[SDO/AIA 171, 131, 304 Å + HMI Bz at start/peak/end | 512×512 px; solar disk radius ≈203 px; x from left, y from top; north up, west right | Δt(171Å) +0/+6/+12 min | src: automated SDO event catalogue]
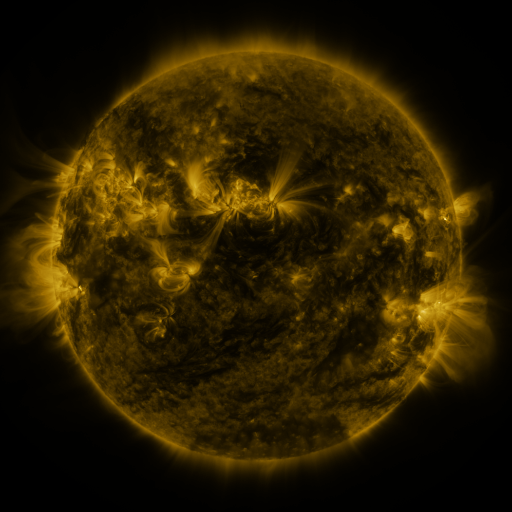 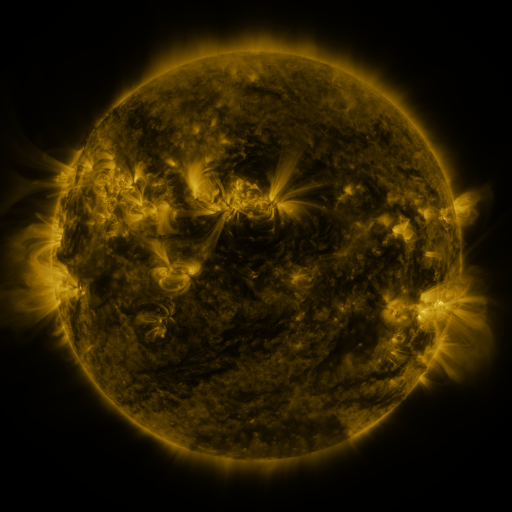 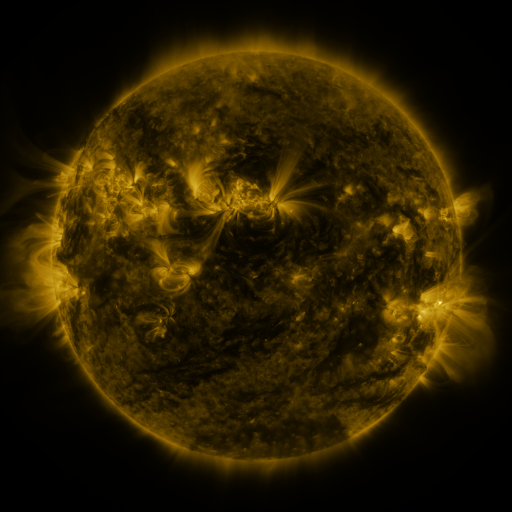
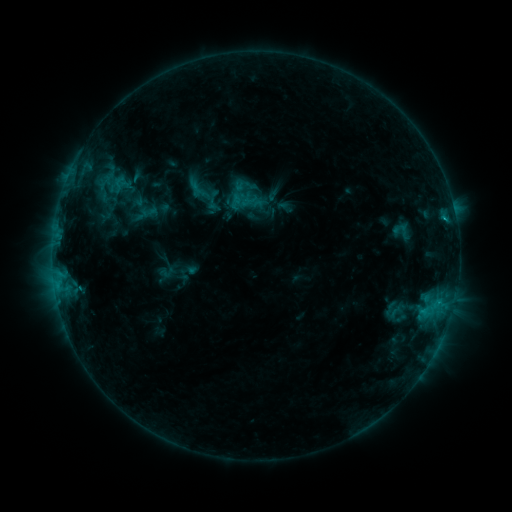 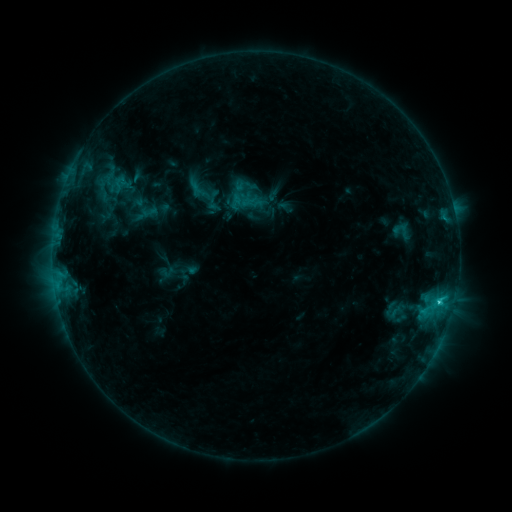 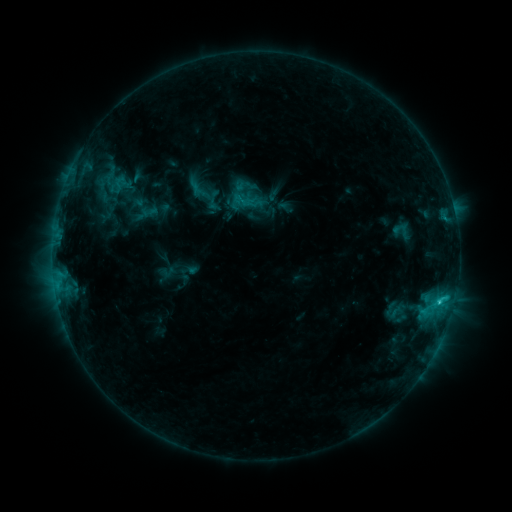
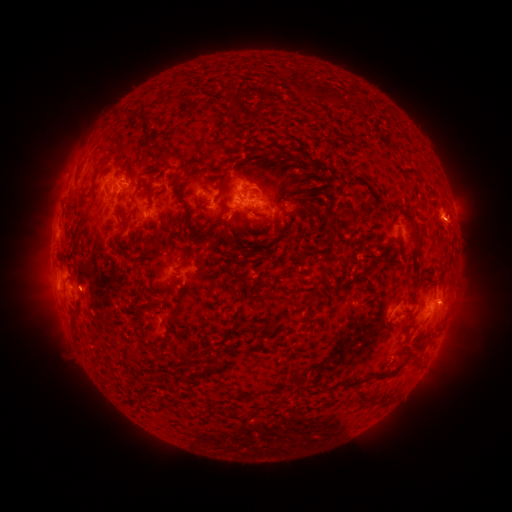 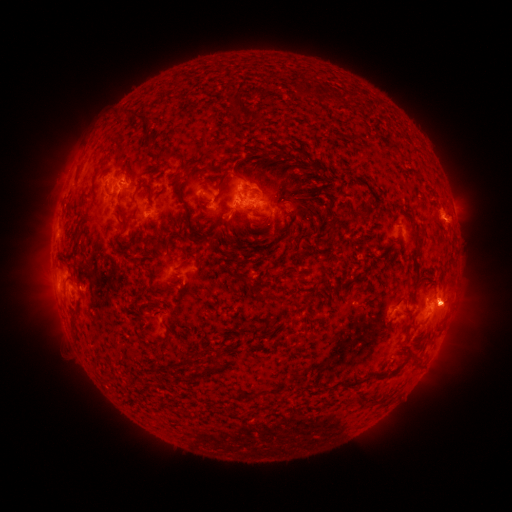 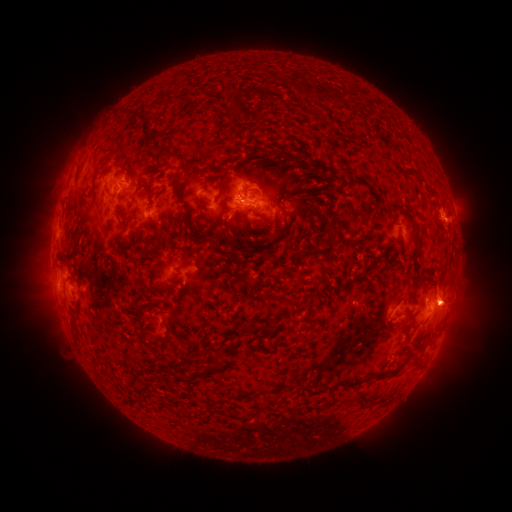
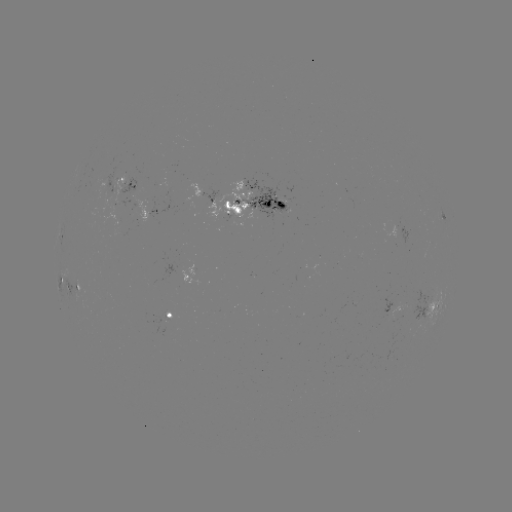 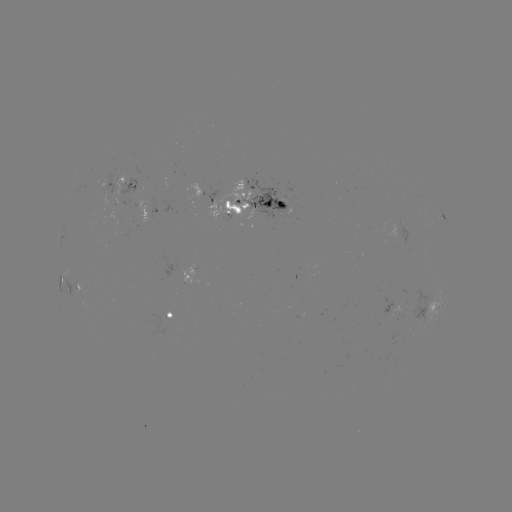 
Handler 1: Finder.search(C1.6 flare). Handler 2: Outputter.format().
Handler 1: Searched C1.6 flare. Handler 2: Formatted (439, 301).